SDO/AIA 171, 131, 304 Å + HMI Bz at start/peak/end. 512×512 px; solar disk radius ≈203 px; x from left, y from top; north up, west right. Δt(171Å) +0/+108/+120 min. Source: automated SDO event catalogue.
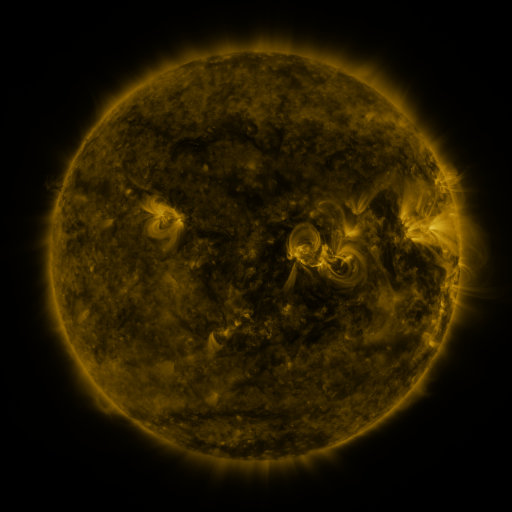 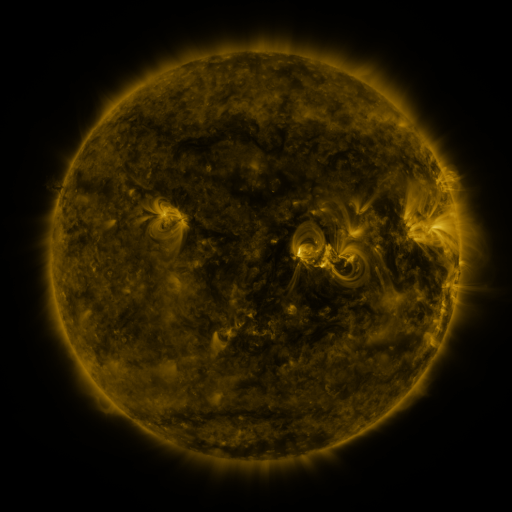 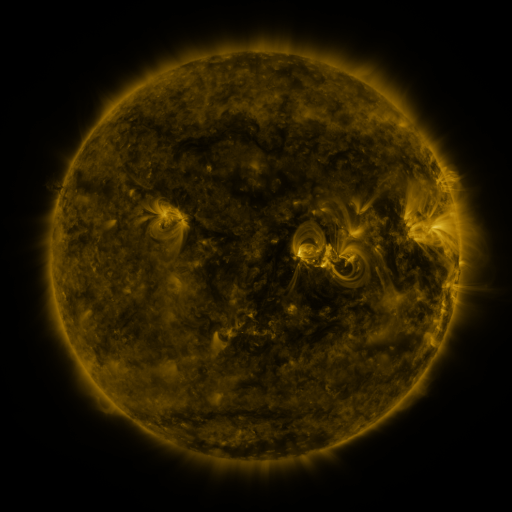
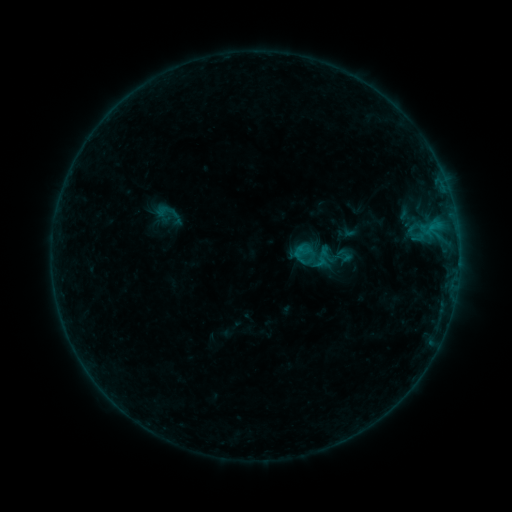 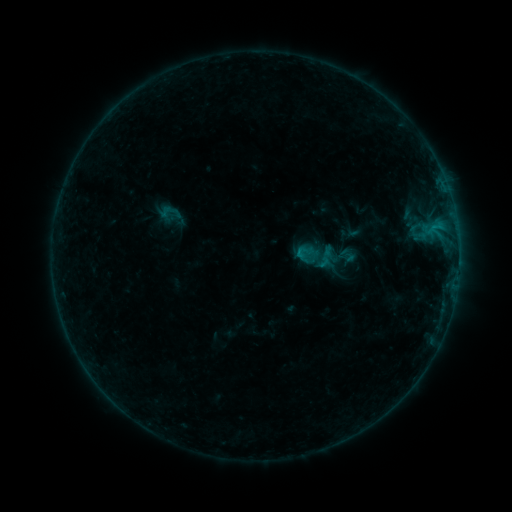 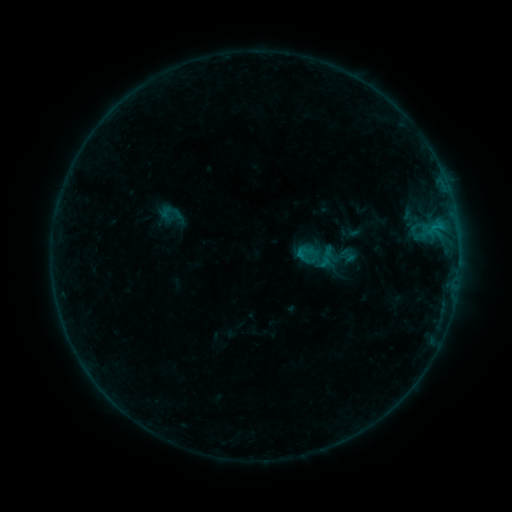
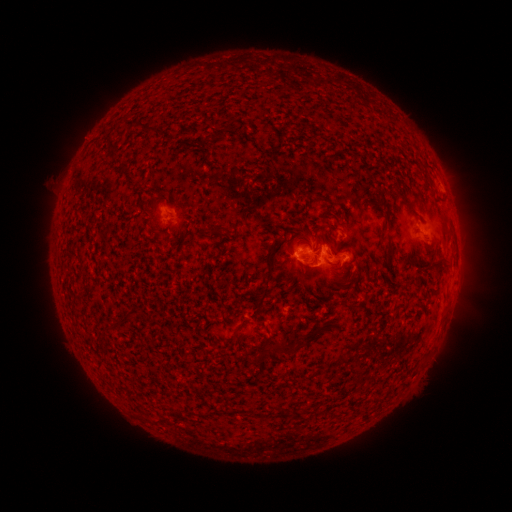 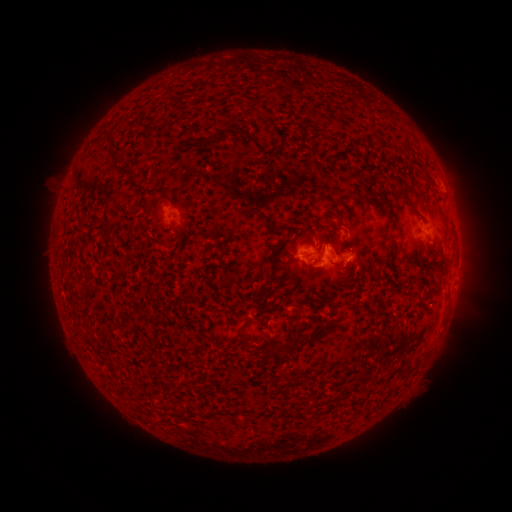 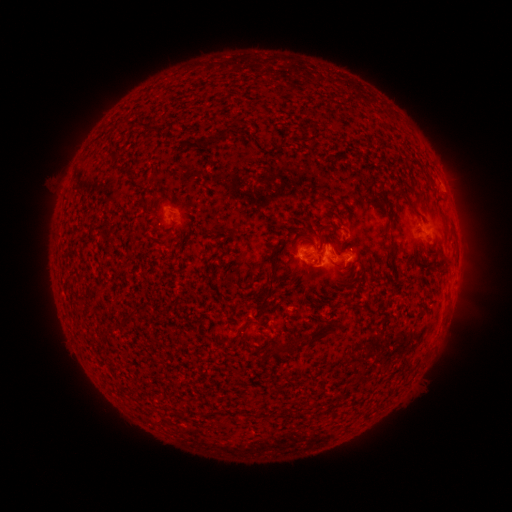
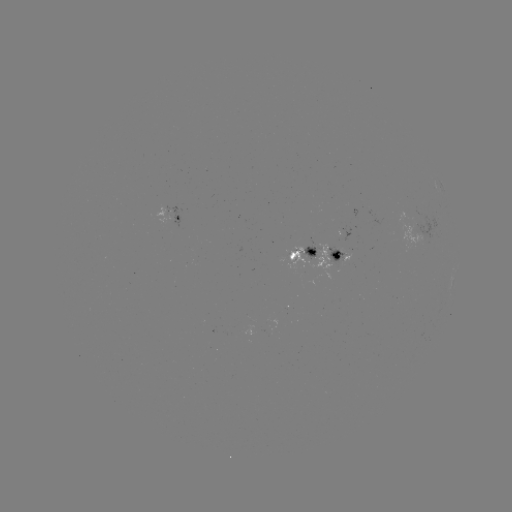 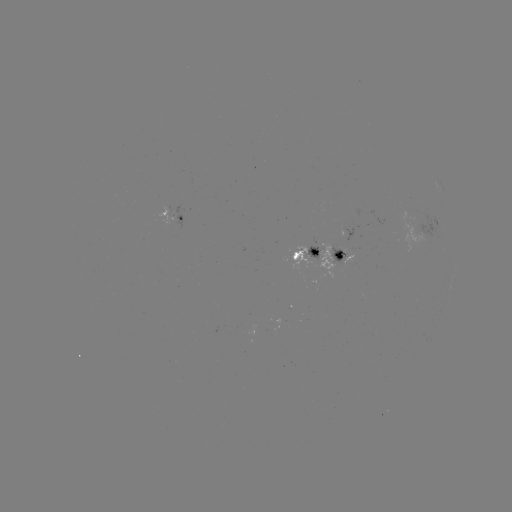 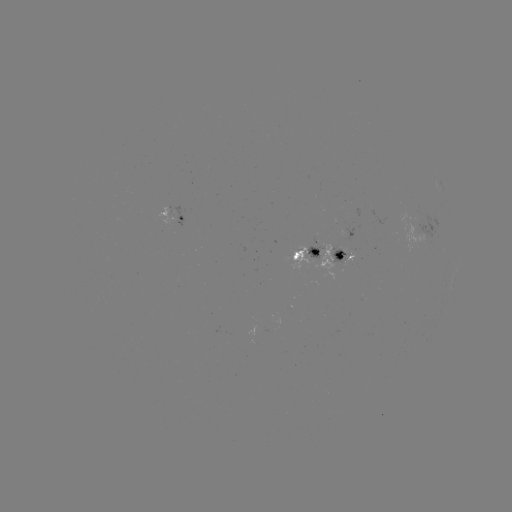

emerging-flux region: (288, 244, 308, 269)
